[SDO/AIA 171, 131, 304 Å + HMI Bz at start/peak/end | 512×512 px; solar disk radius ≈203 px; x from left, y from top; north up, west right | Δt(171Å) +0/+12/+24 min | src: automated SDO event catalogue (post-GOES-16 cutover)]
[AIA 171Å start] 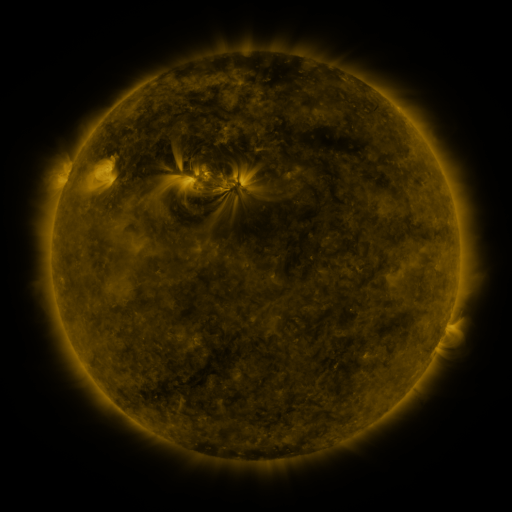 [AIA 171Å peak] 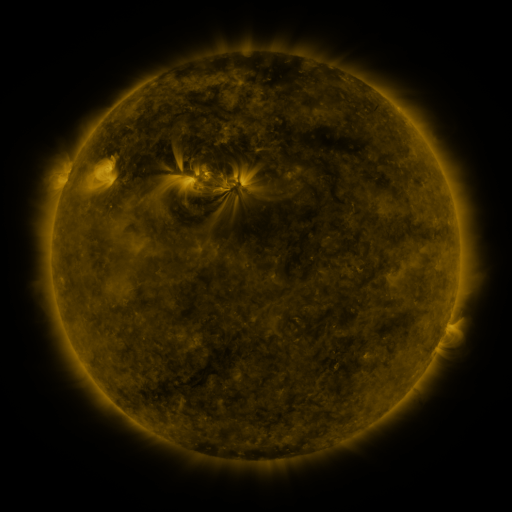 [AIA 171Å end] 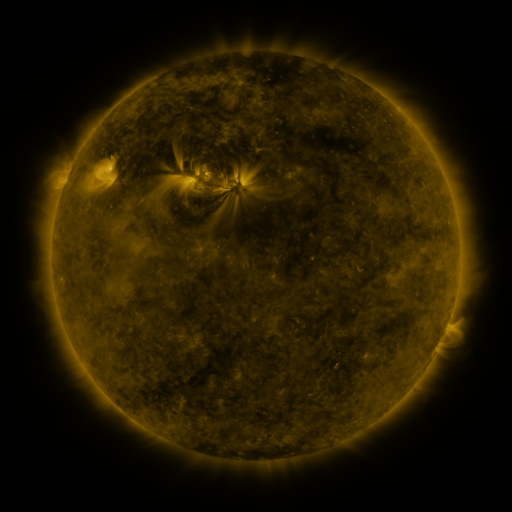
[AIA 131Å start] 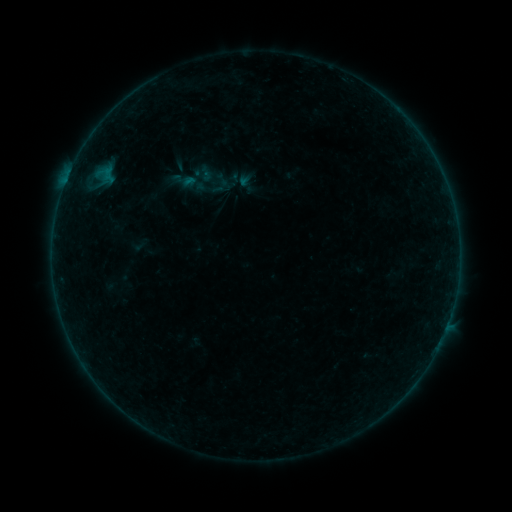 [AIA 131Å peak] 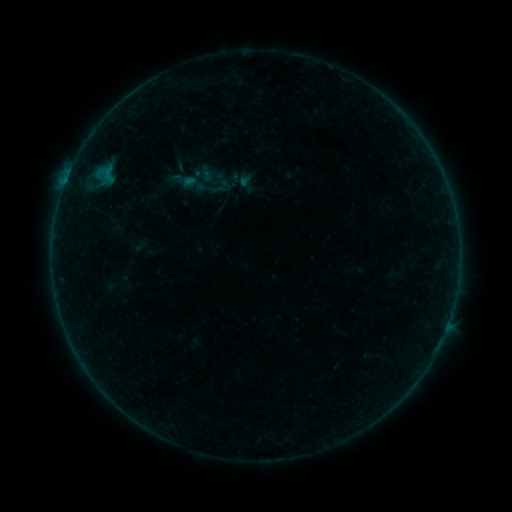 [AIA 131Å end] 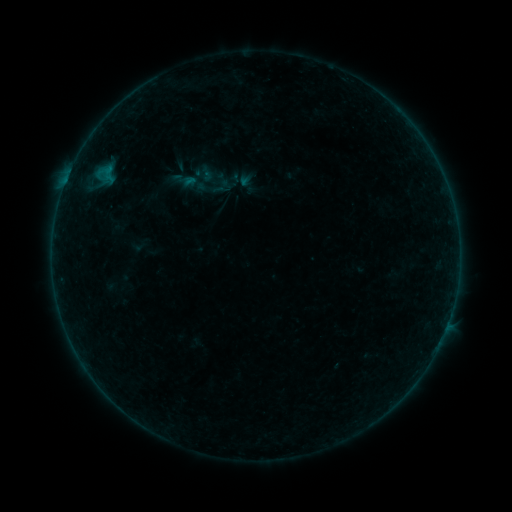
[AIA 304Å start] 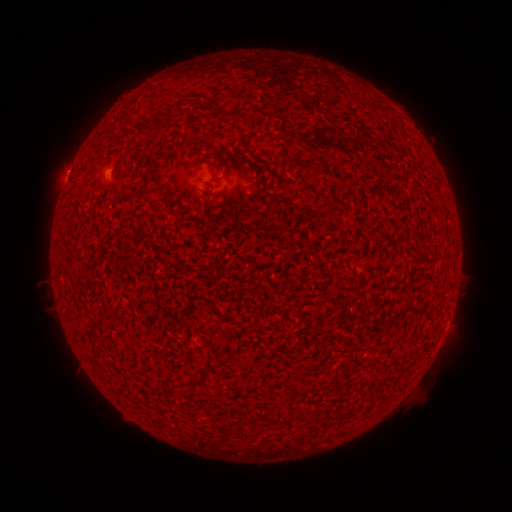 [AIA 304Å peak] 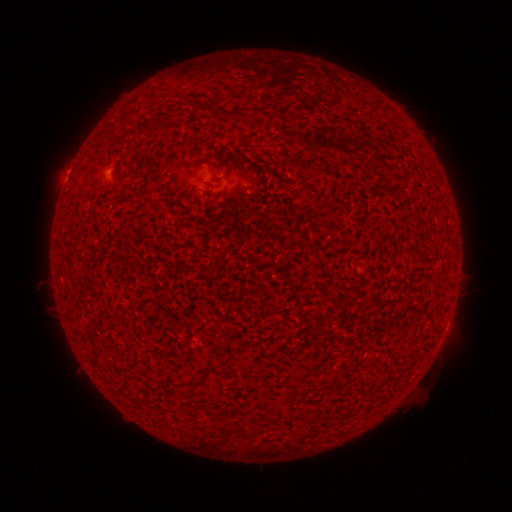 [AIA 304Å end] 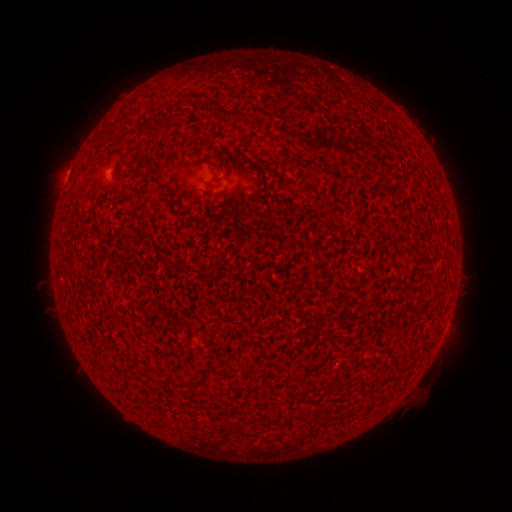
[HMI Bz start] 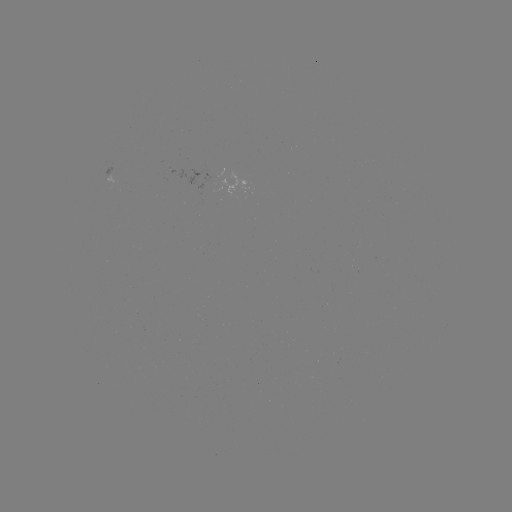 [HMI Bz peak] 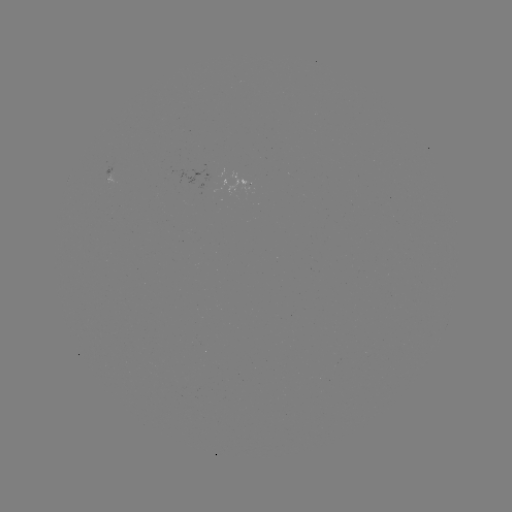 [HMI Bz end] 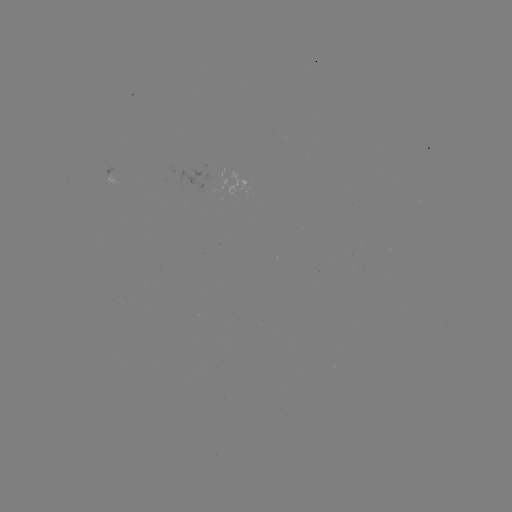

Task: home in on A5.8 flare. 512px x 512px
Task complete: [67, 181].